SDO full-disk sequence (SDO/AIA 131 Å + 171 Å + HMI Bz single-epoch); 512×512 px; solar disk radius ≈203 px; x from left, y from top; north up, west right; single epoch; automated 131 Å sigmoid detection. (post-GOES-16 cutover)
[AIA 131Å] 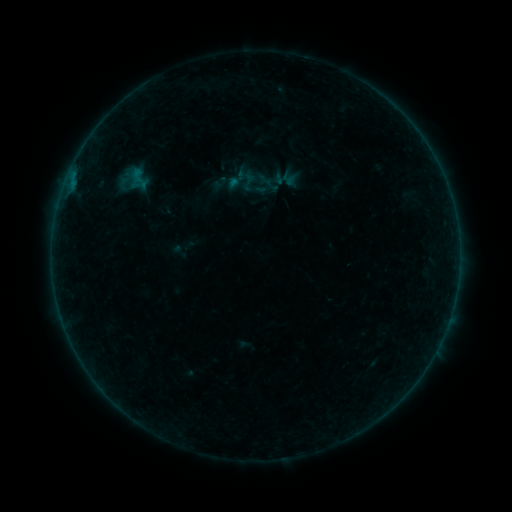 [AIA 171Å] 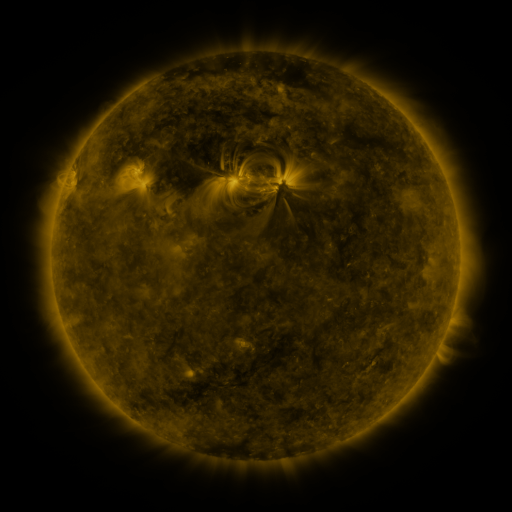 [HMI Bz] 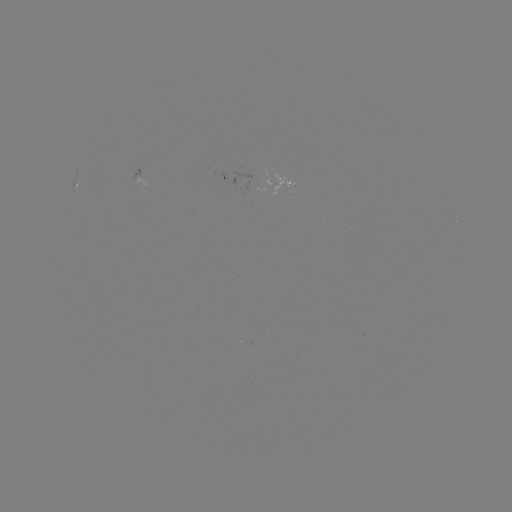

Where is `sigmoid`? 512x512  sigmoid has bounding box [127, 165, 152, 193].